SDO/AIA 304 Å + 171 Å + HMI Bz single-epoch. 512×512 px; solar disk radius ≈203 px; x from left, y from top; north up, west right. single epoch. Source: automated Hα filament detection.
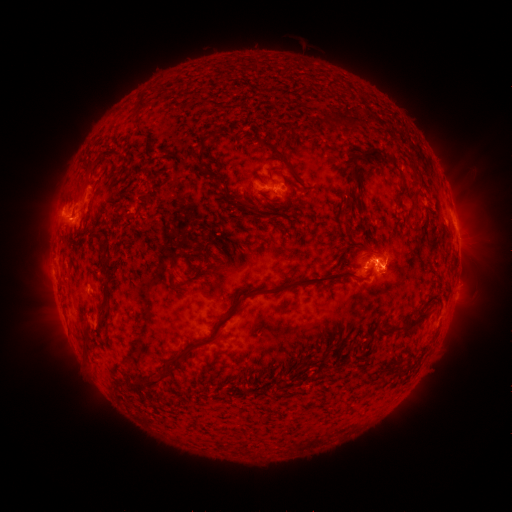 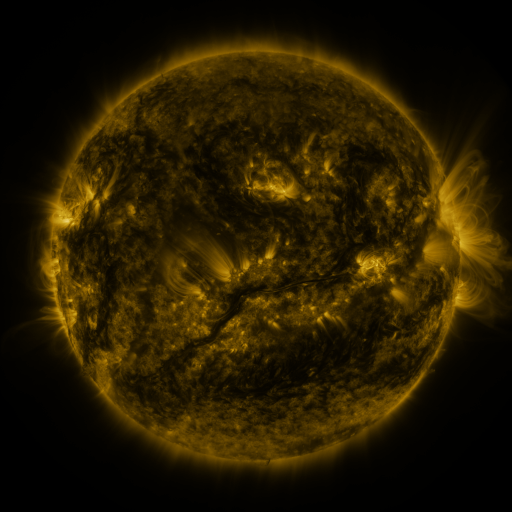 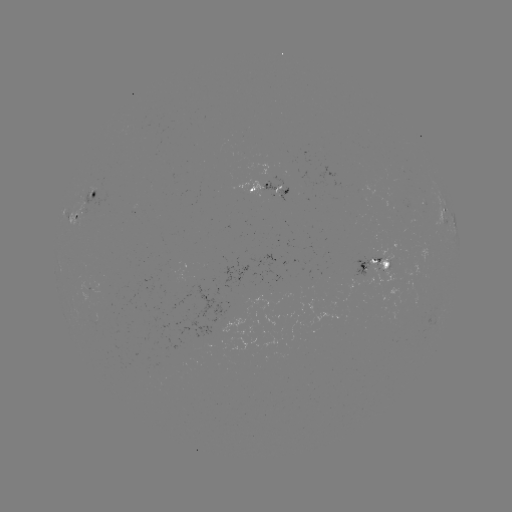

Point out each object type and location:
filament: (314, 85, 325, 95)
filament: (133, 93, 147, 111)
filament: (324, 109, 361, 130)
filament: (195, 134, 213, 168)
filament: (256, 139, 296, 189)
filament: (349, 147, 377, 166)
filament: (391, 162, 405, 182)
filament: (270, 167, 282, 174)
filament: (344, 169, 363, 192)
filament: (409, 174, 423, 205)
filament: (229, 194, 262, 218)
filament: (340, 206, 349, 222)
filament: (99, 244, 112, 275)
filament: (190, 253, 209, 279)
filament: (168, 256, 179, 271)
filament: (224, 266, 359, 321)
filament: (176, 282, 189, 295)
filament: (103, 288, 110, 302)
filament: (394, 304, 430, 331)
filament: (100, 305, 108, 317)
filament: (84, 325, 94, 354)
filament: (169, 332, 221, 365)
filament: (161, 363, 171, 380)
filament: (144, 374, 162, 390)
